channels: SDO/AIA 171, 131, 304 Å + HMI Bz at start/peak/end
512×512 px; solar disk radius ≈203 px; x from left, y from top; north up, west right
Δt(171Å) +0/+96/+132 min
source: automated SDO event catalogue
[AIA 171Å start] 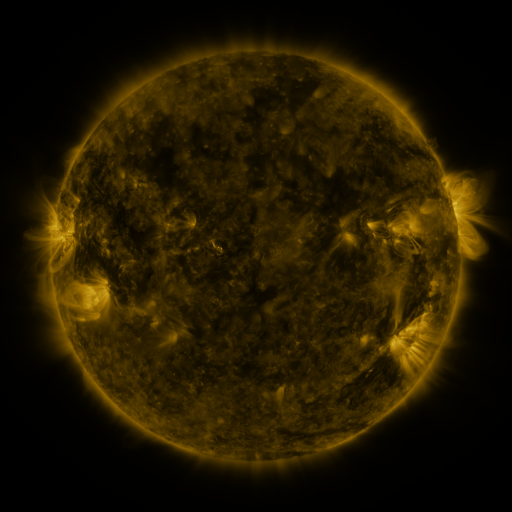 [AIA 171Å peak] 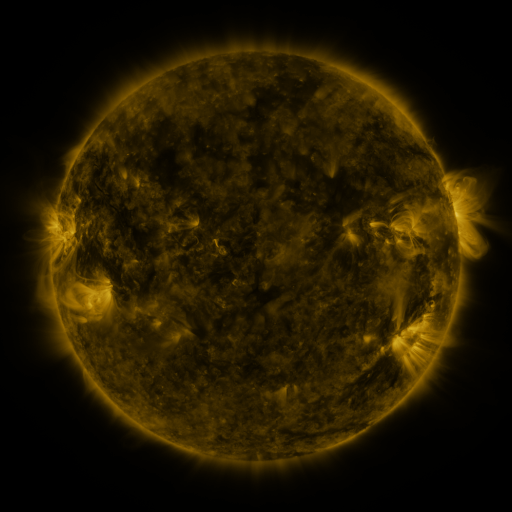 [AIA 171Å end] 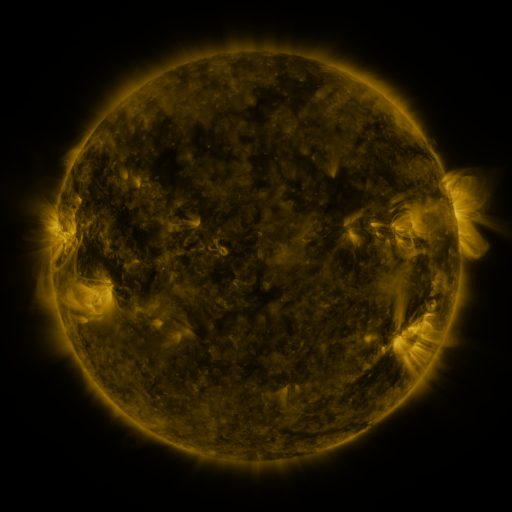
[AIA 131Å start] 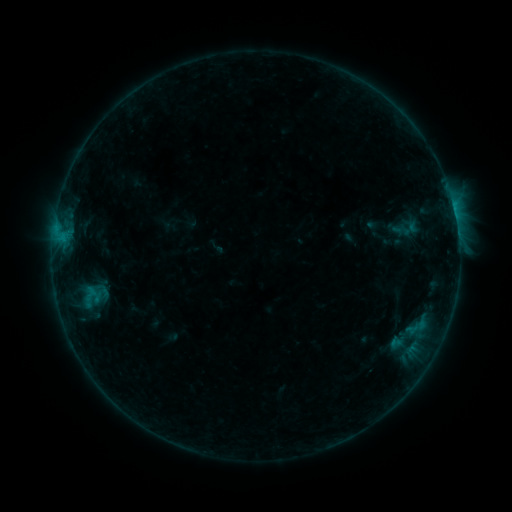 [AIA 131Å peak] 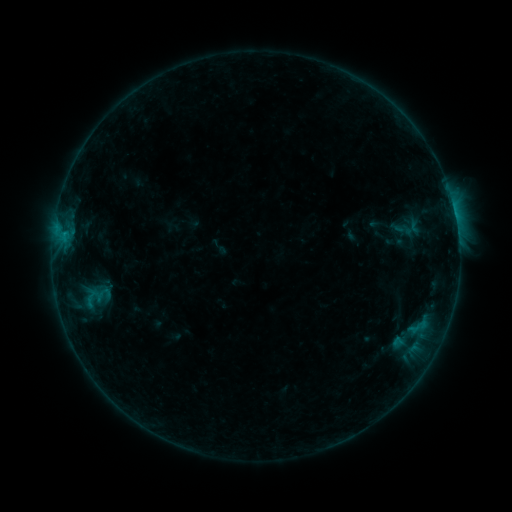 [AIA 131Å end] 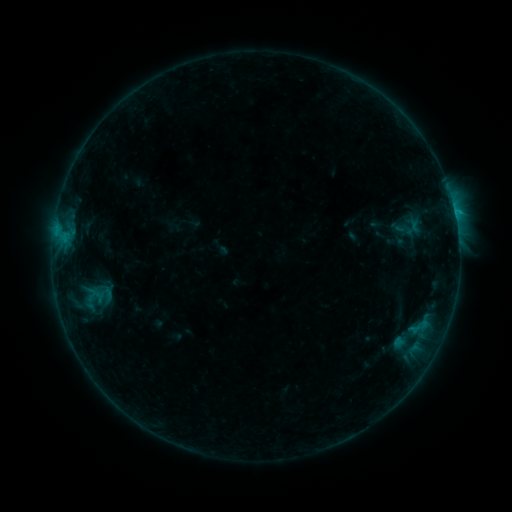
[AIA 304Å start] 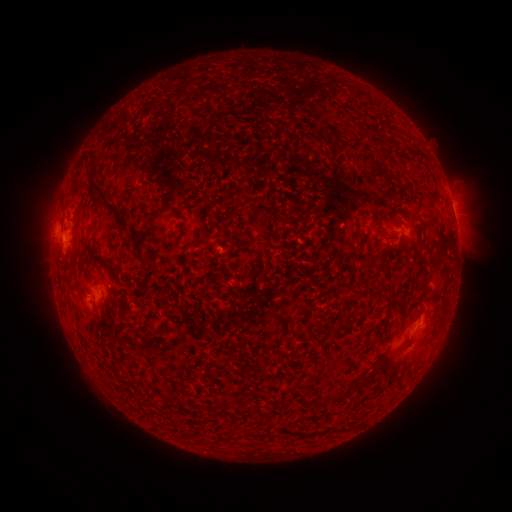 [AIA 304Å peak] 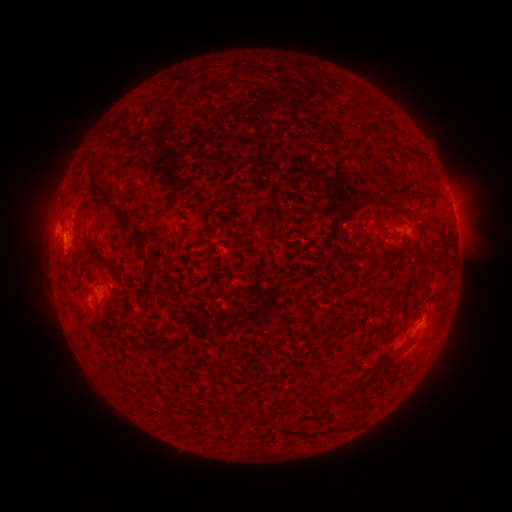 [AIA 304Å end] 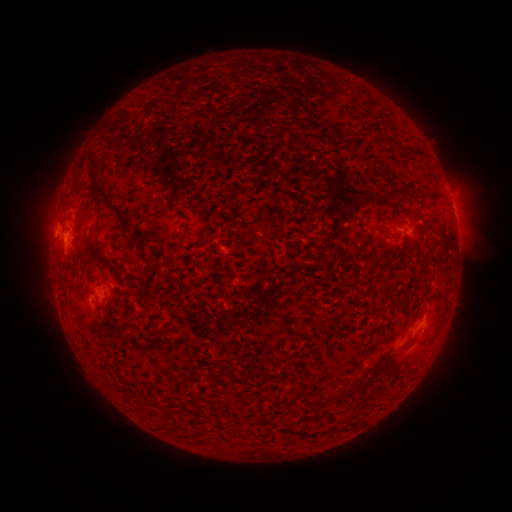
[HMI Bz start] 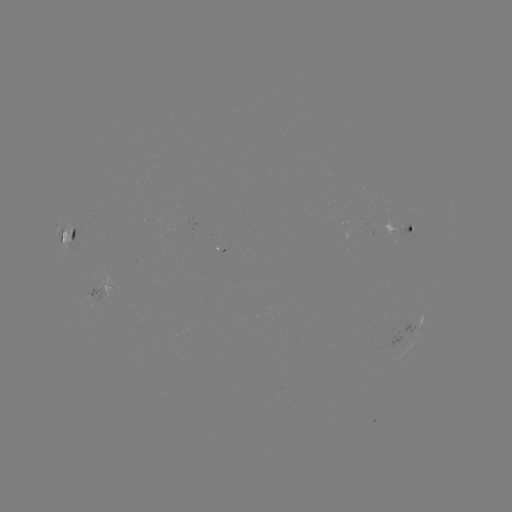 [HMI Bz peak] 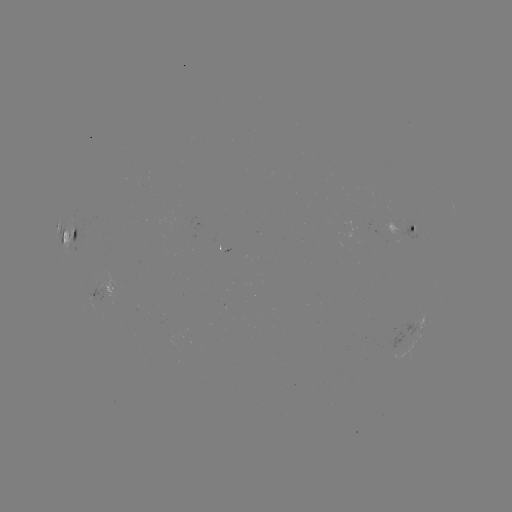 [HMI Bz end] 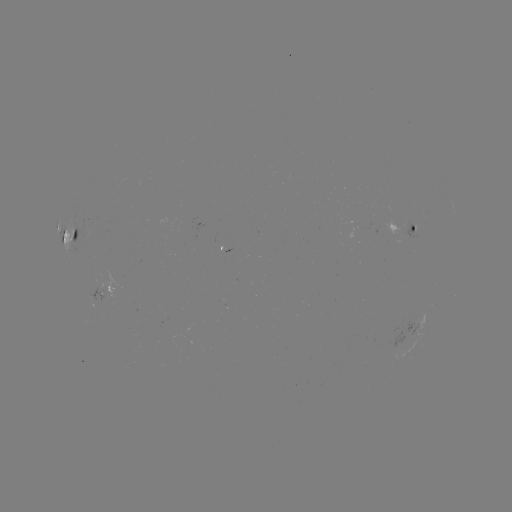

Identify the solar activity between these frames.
emerging-flux region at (187, 220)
